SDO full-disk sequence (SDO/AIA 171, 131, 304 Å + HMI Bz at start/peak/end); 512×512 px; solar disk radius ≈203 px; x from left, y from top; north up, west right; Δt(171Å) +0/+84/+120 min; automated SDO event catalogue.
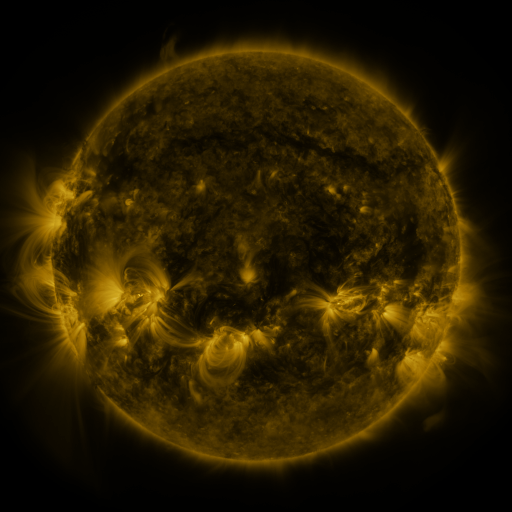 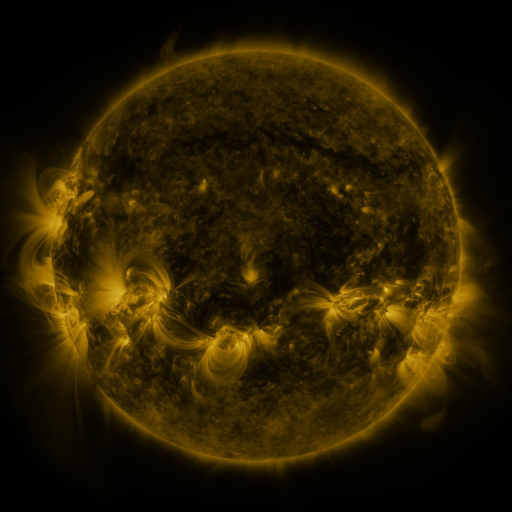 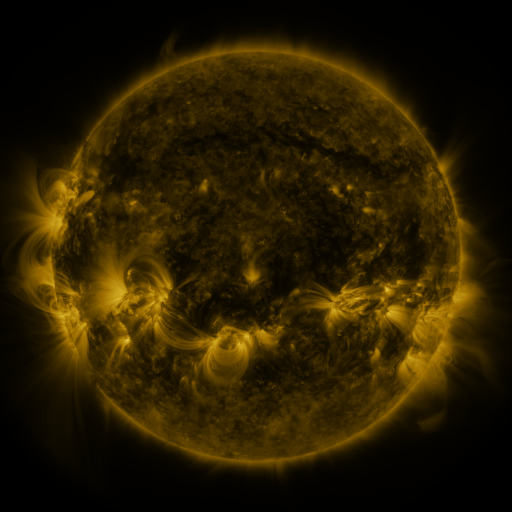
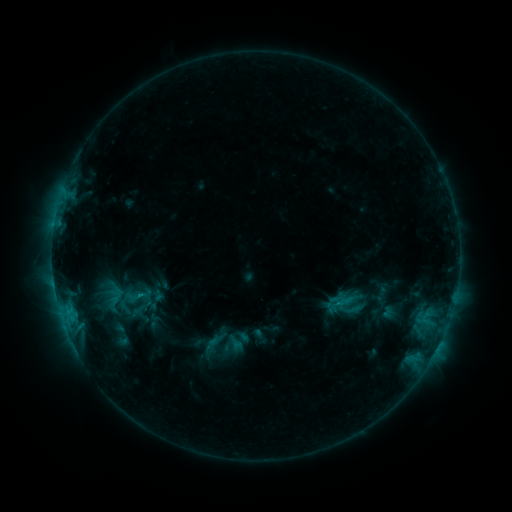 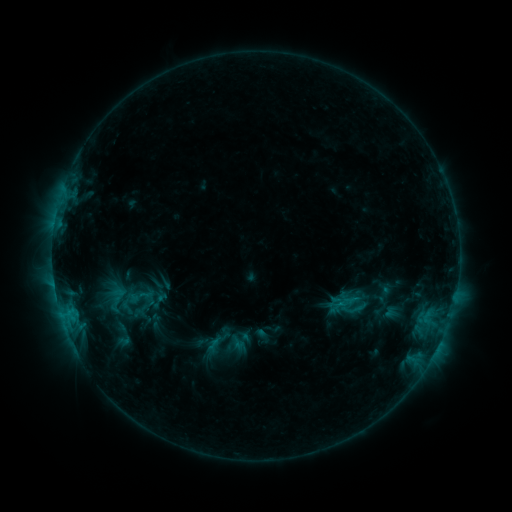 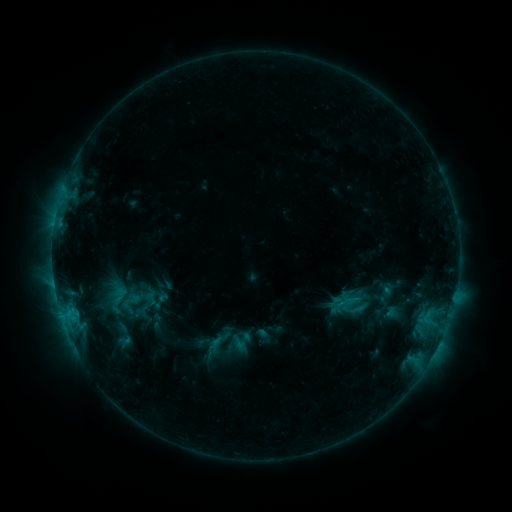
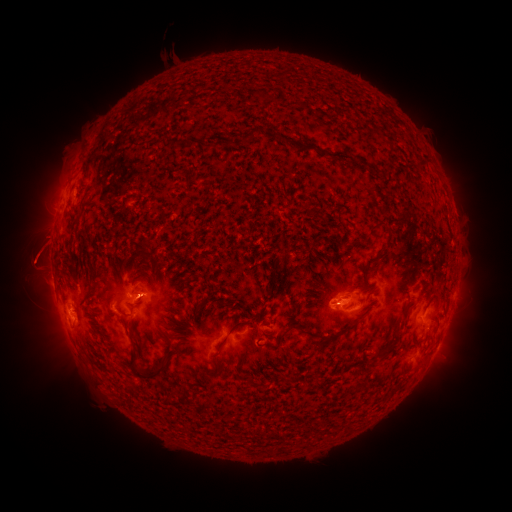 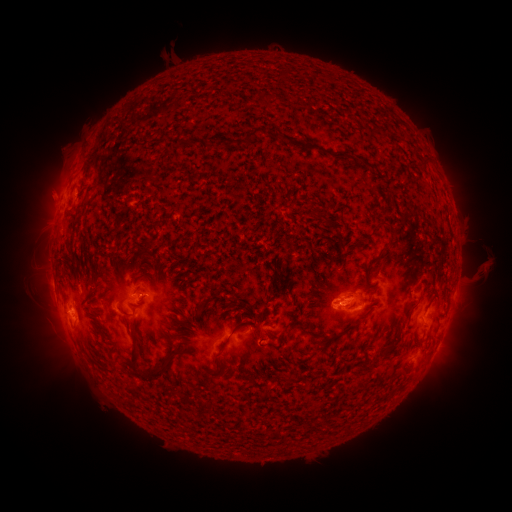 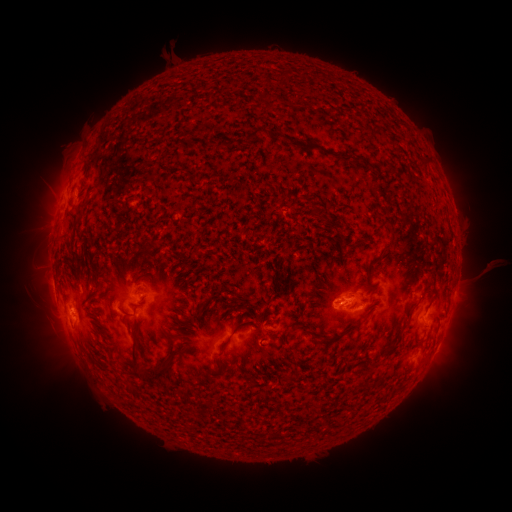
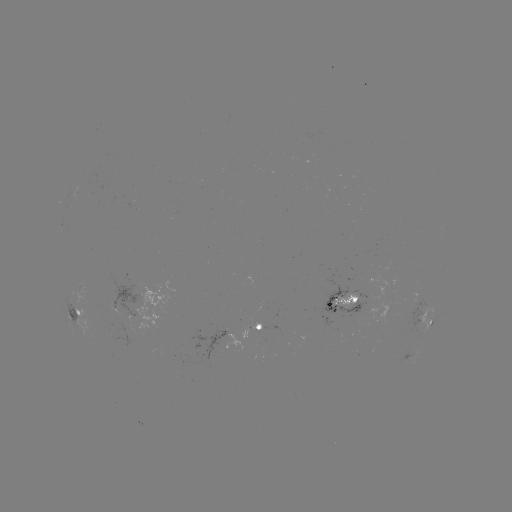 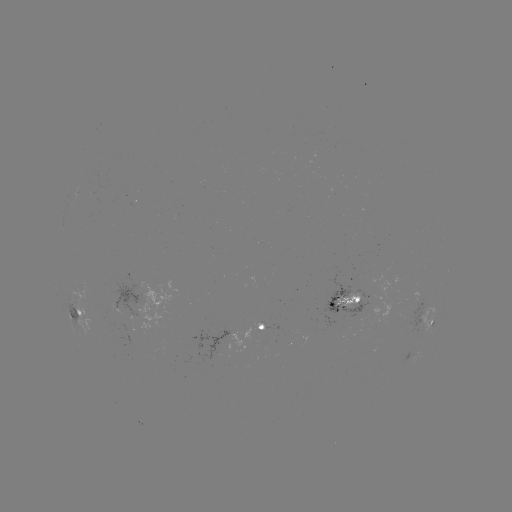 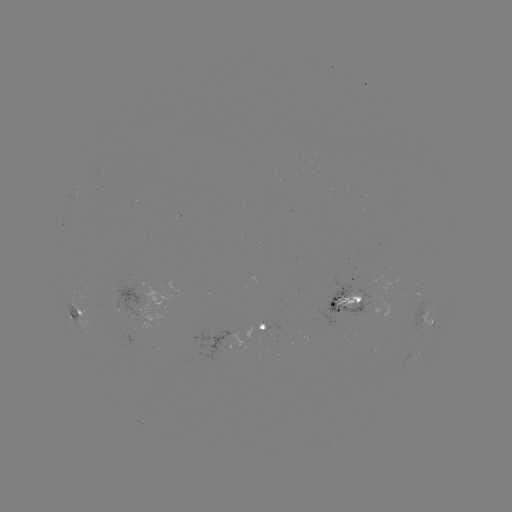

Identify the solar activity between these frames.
emerging-flux region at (358, 308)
